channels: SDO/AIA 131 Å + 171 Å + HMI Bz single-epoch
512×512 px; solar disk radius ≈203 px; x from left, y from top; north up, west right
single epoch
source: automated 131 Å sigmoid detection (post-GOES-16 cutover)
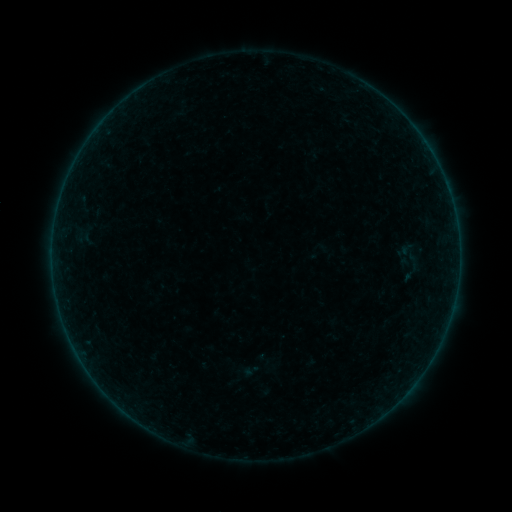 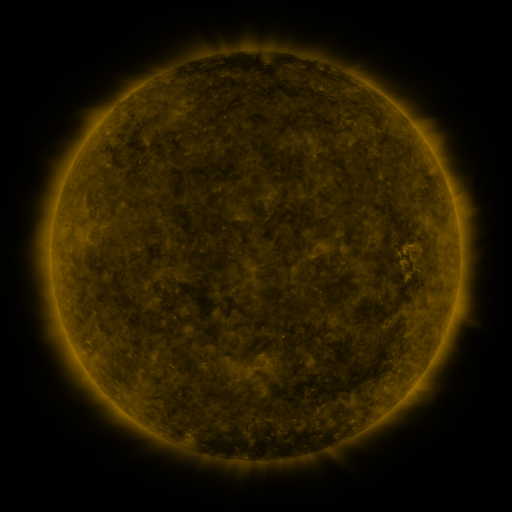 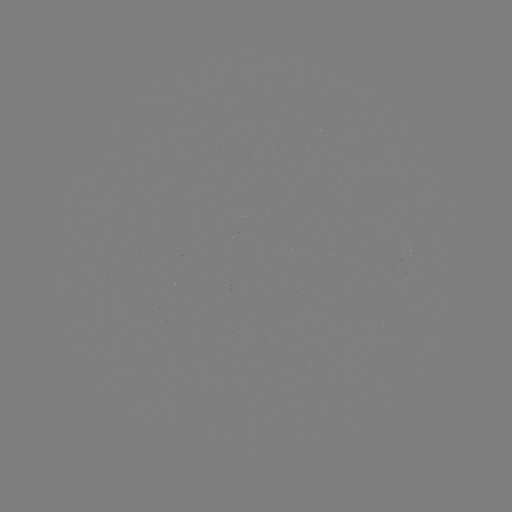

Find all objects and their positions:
sigmoid: (414, 263)
